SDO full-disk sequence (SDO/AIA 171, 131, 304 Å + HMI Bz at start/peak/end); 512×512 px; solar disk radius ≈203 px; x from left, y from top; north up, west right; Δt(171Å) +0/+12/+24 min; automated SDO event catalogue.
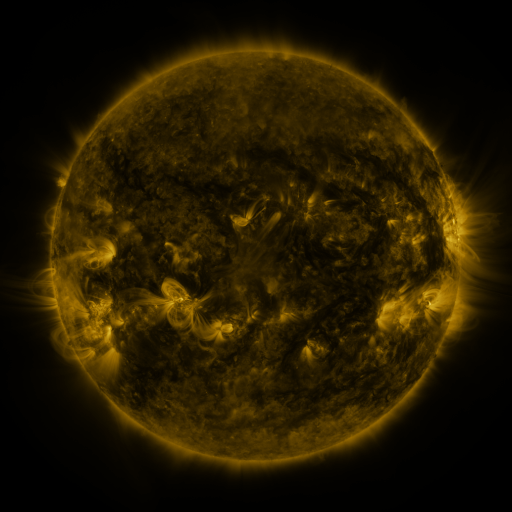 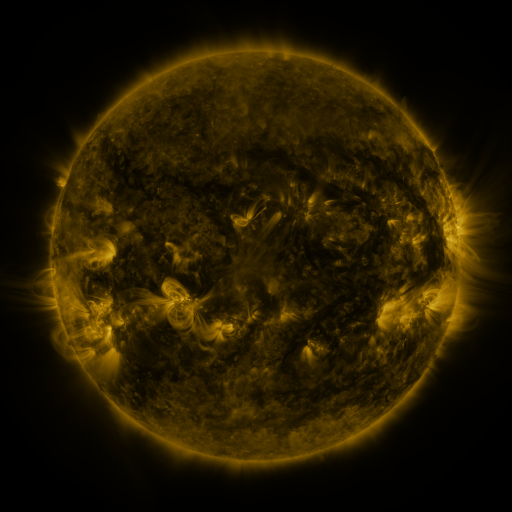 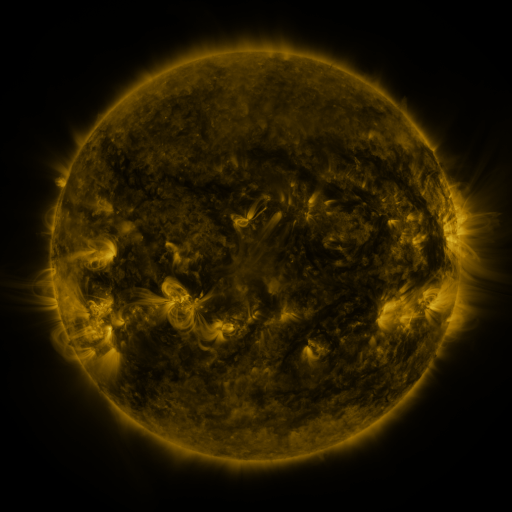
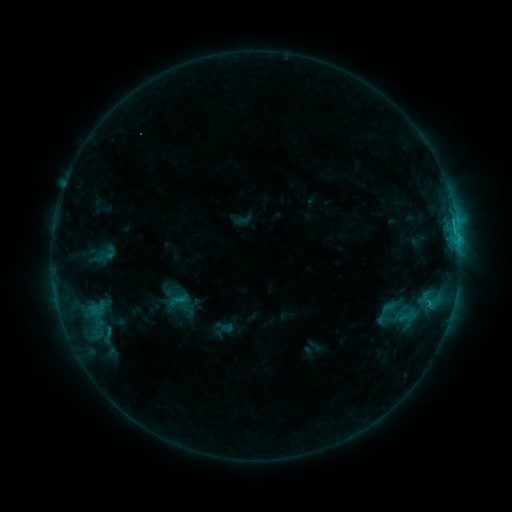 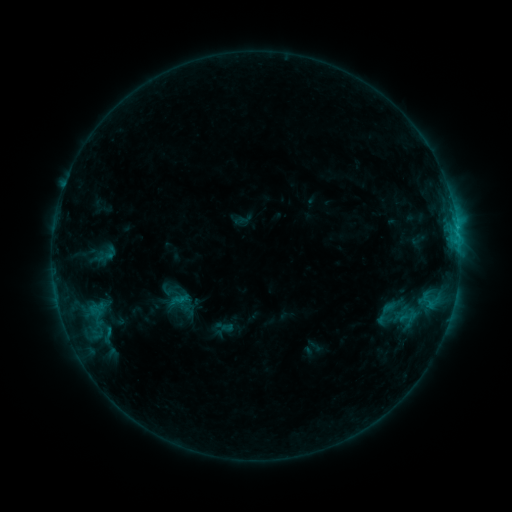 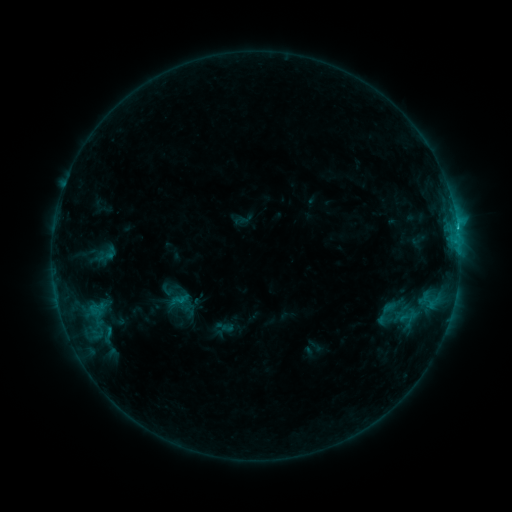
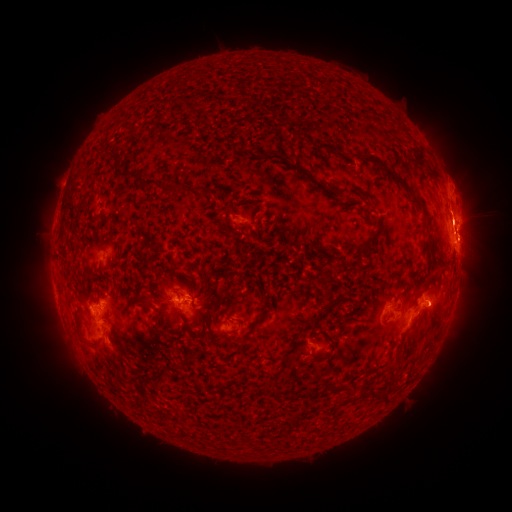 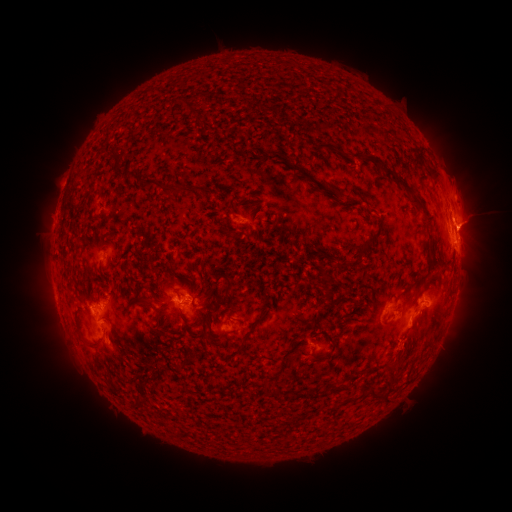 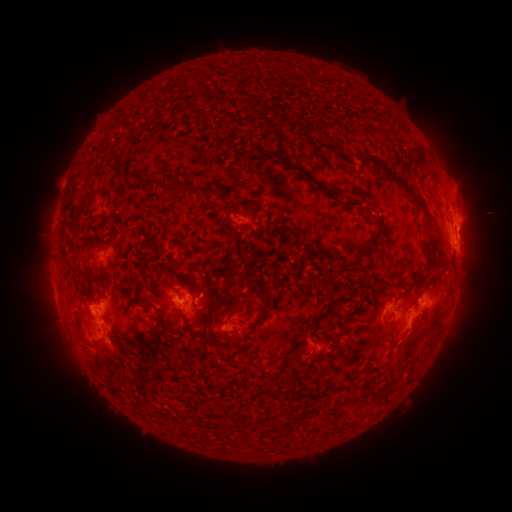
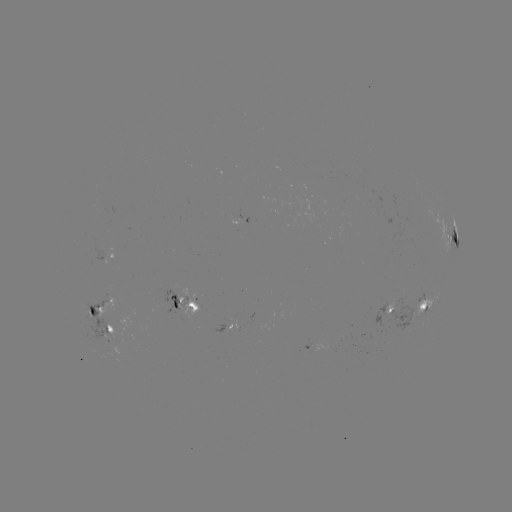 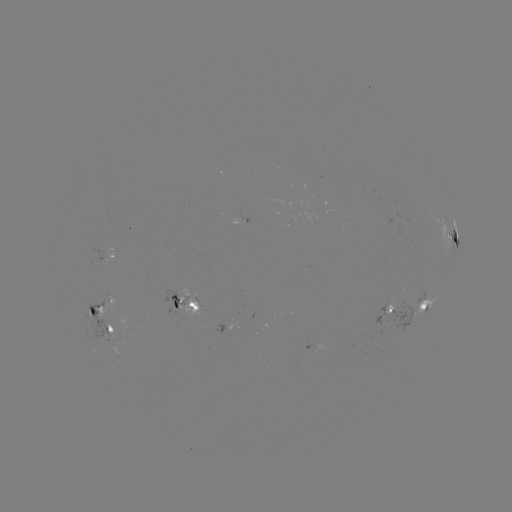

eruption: <bbox>390, 291, 457, 362</bbox>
